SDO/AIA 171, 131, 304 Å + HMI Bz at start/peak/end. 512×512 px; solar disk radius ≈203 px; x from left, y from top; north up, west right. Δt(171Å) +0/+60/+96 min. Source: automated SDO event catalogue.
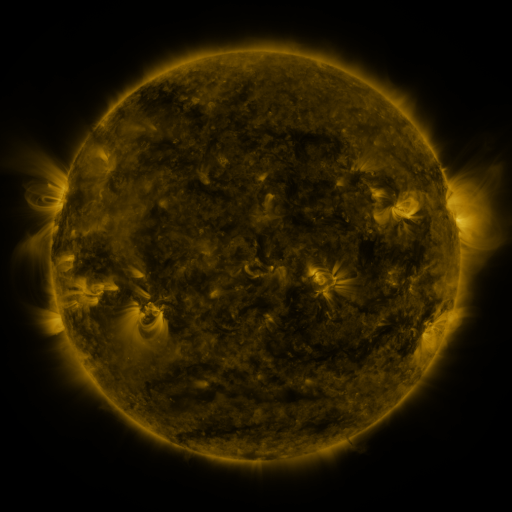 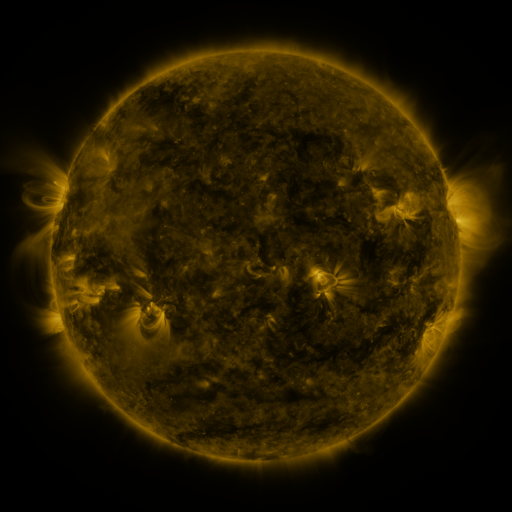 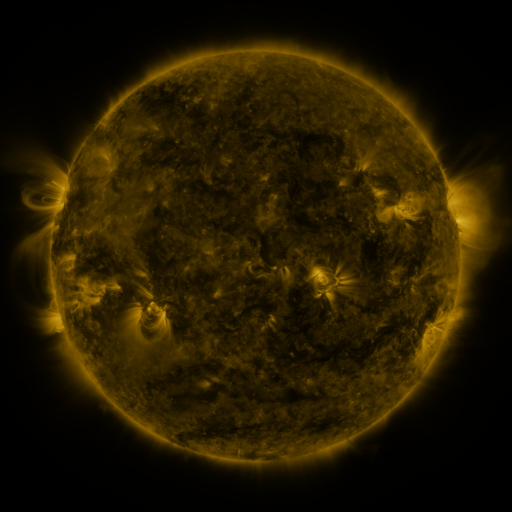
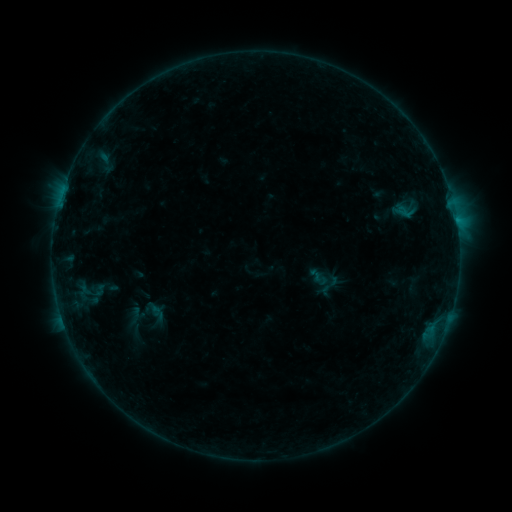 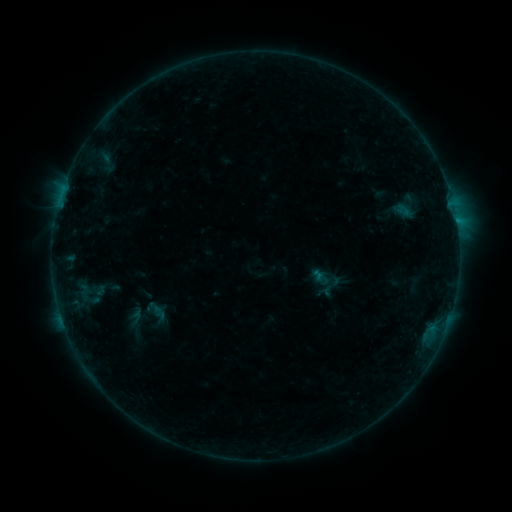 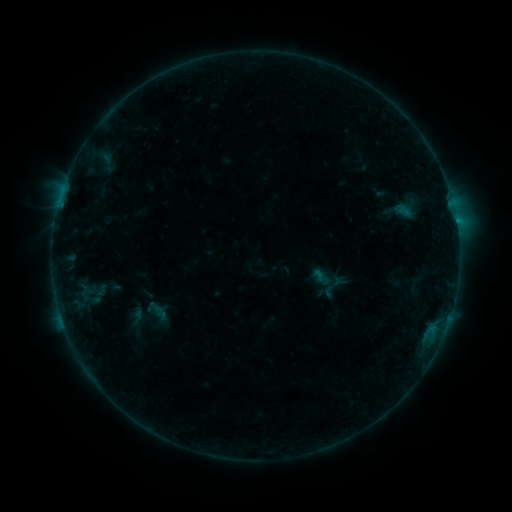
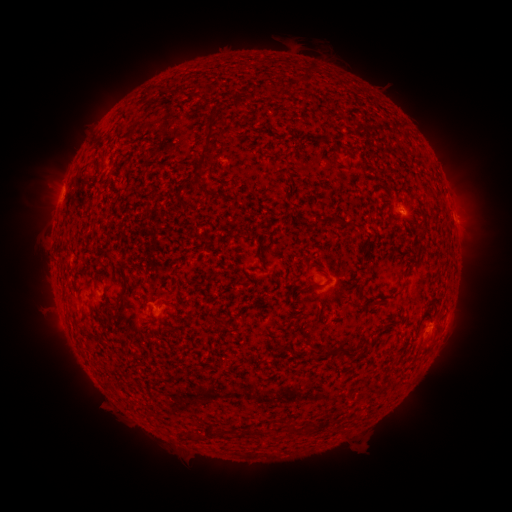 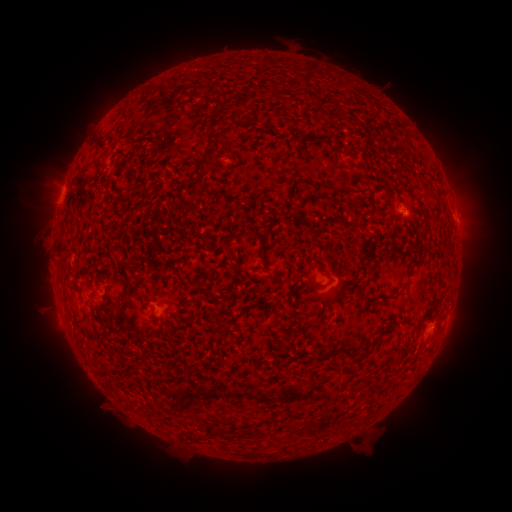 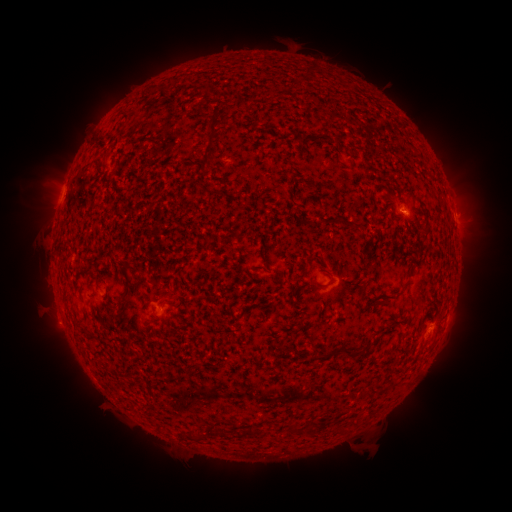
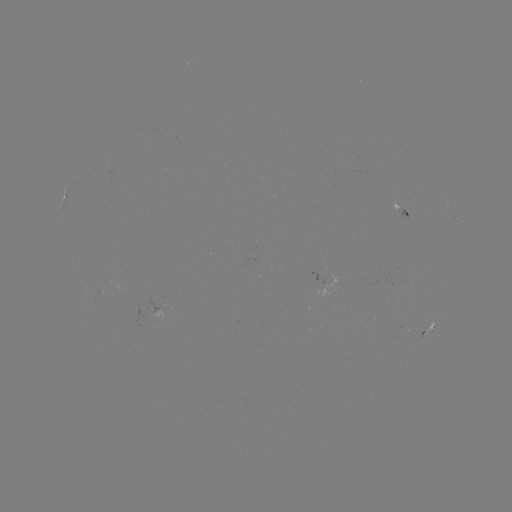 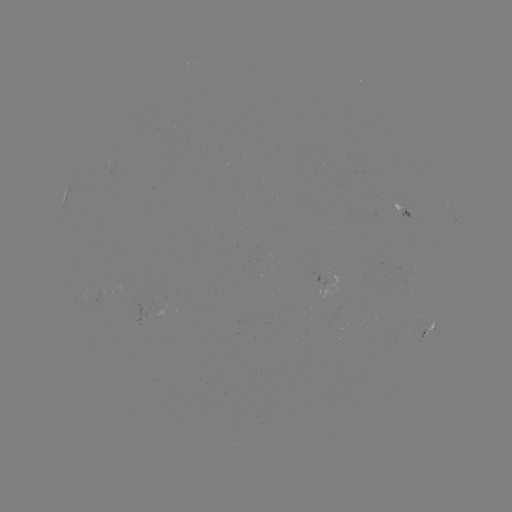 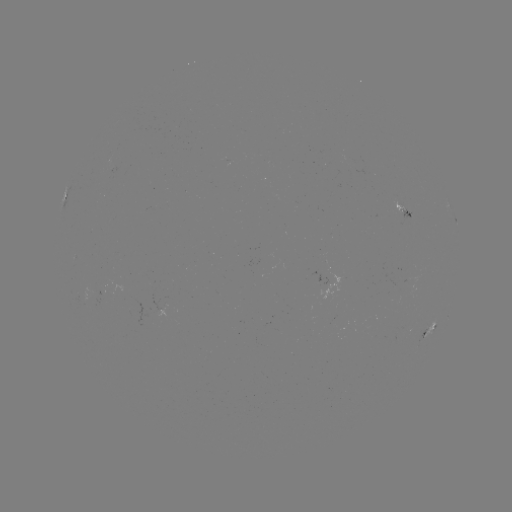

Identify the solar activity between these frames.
emerging-flux region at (403, 212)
